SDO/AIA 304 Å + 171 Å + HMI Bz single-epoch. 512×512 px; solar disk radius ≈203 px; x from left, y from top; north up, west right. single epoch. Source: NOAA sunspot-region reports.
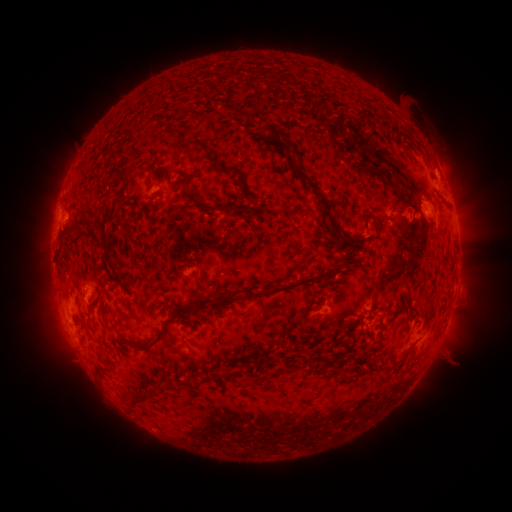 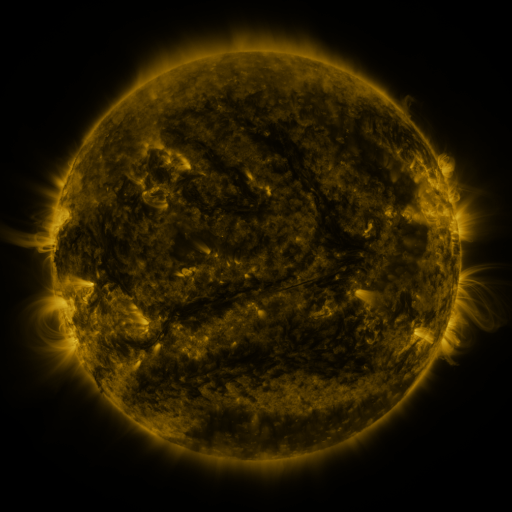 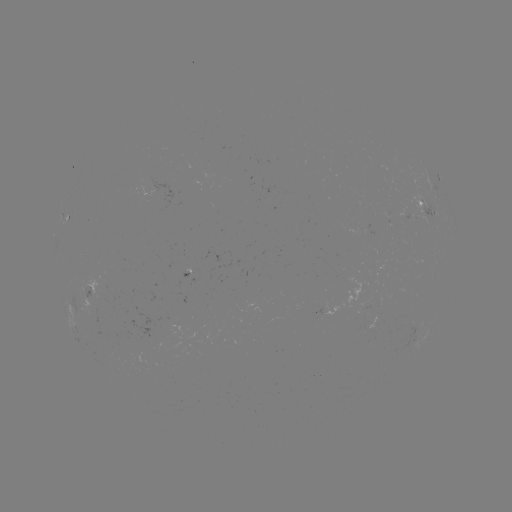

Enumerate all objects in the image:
spotted active region: (427, 205)
spotted active region: (68, 216)
